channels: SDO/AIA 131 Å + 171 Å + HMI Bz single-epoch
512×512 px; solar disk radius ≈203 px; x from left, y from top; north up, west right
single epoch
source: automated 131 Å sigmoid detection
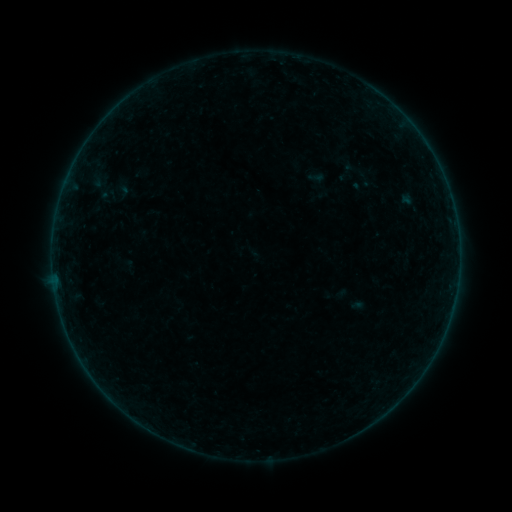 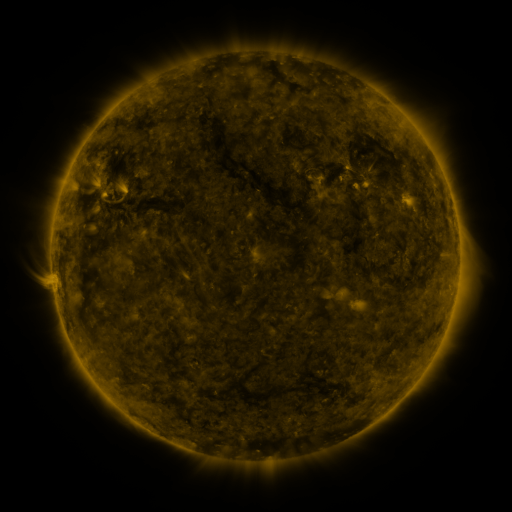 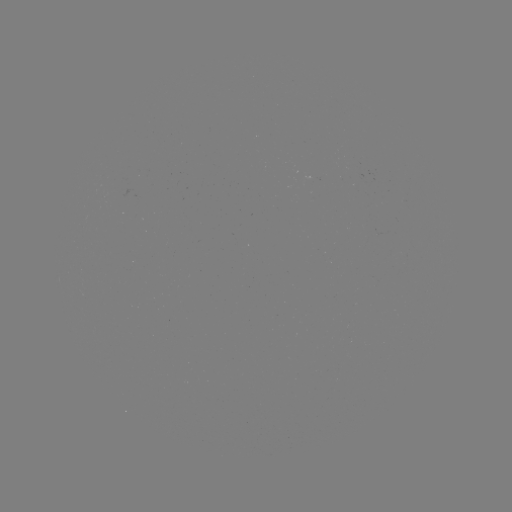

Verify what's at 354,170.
sigmoid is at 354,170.